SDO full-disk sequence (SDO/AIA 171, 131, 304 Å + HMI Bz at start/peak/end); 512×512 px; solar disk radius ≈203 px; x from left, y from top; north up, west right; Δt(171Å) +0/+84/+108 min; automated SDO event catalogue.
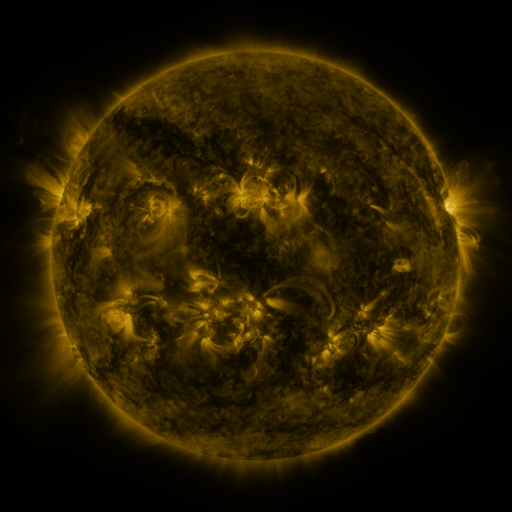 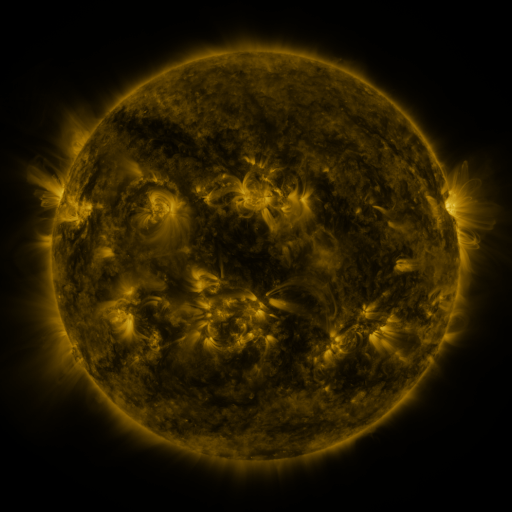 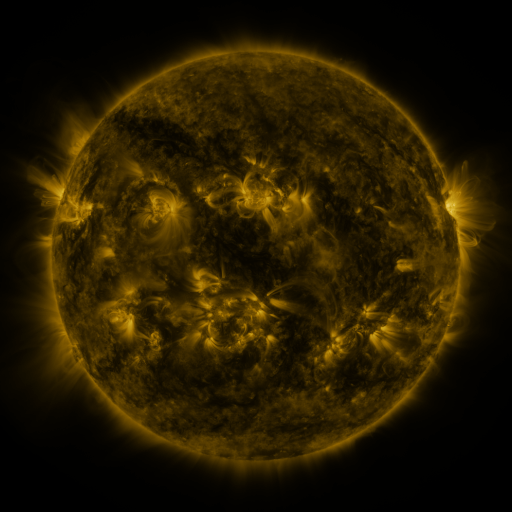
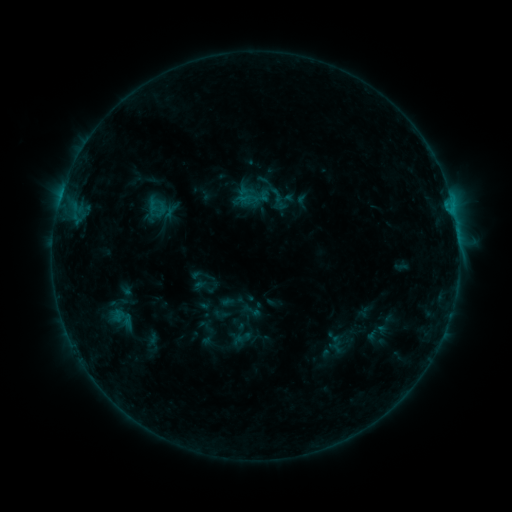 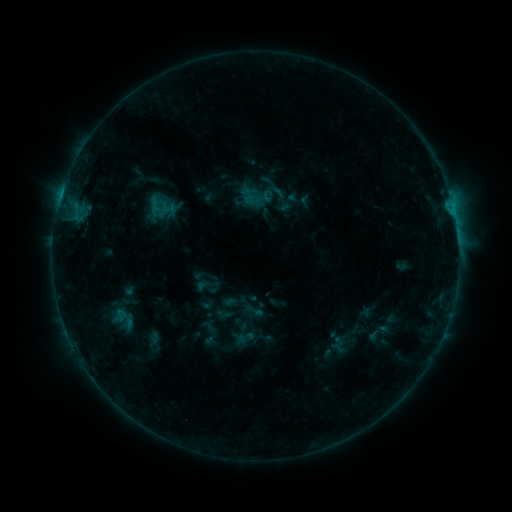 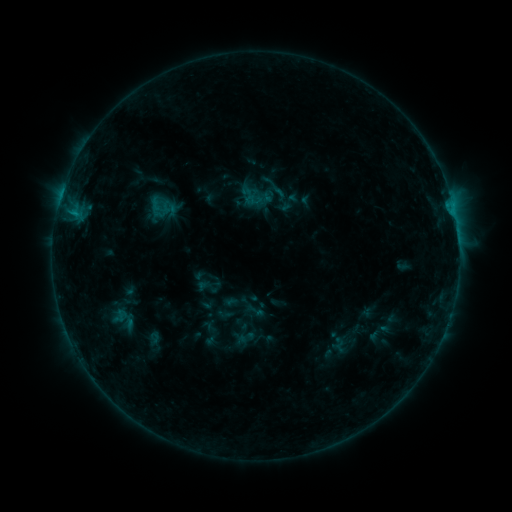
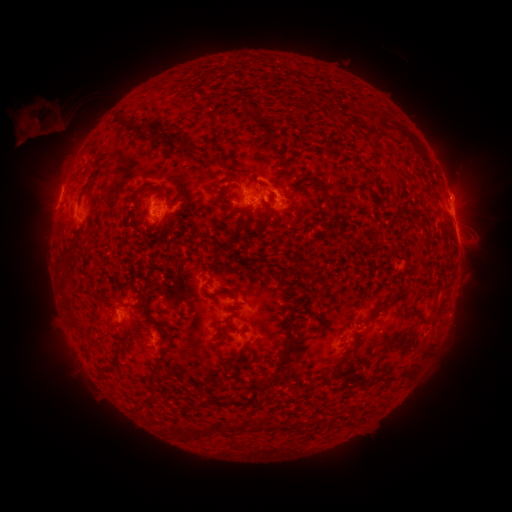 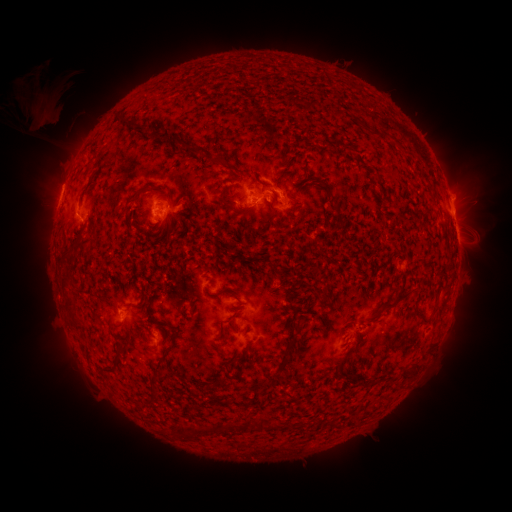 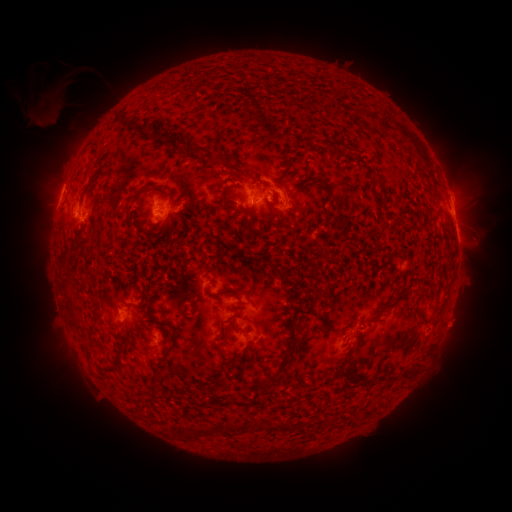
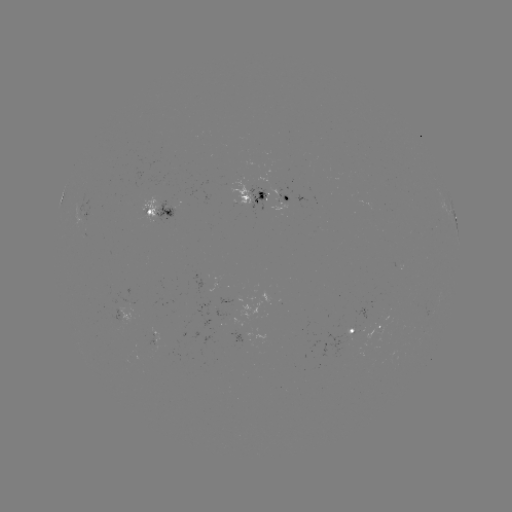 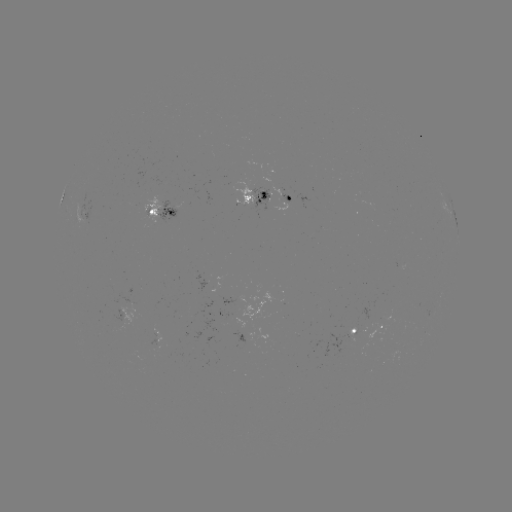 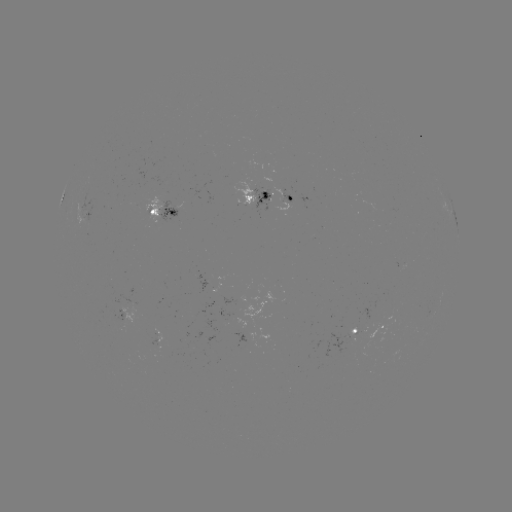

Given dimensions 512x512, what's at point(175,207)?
emerging-flux region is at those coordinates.